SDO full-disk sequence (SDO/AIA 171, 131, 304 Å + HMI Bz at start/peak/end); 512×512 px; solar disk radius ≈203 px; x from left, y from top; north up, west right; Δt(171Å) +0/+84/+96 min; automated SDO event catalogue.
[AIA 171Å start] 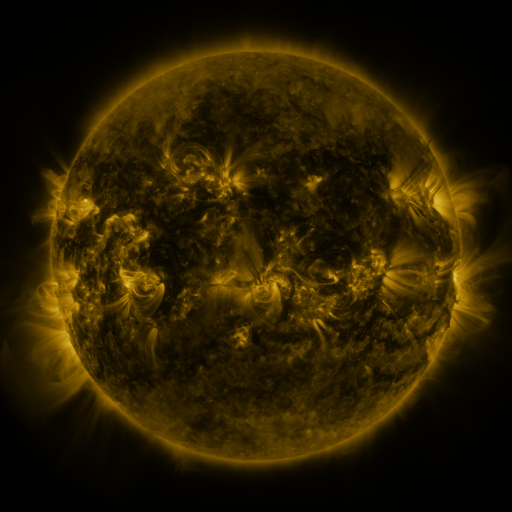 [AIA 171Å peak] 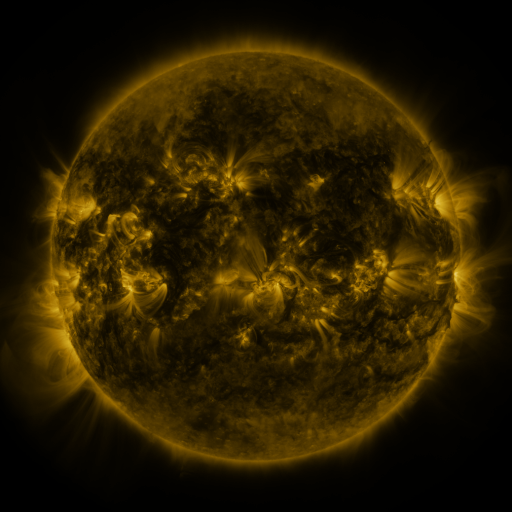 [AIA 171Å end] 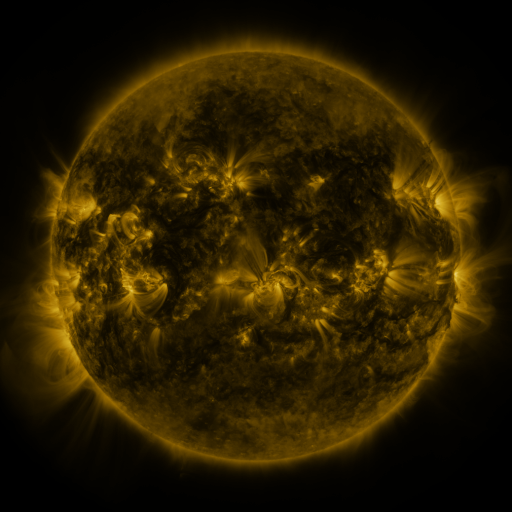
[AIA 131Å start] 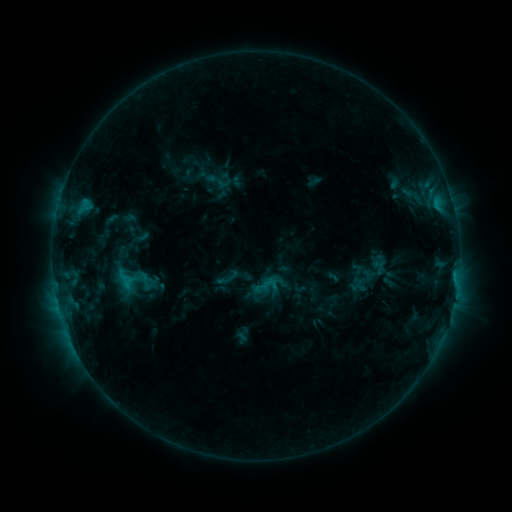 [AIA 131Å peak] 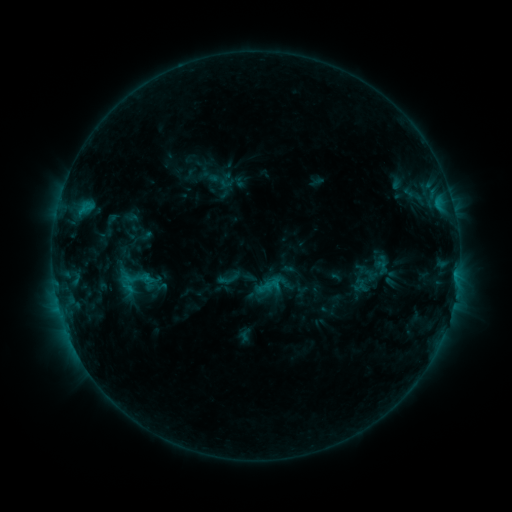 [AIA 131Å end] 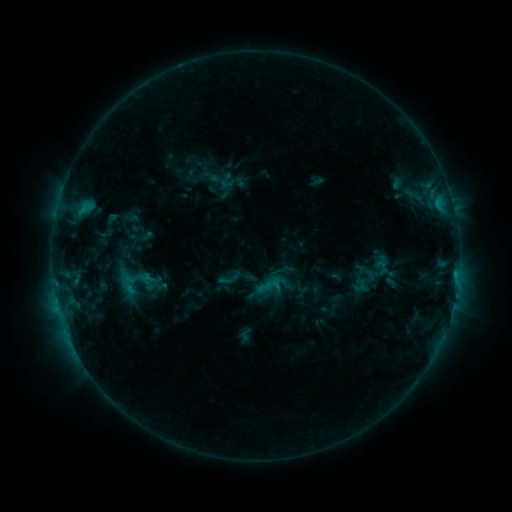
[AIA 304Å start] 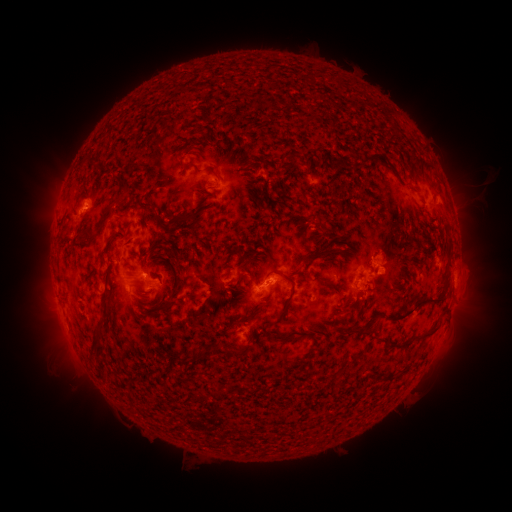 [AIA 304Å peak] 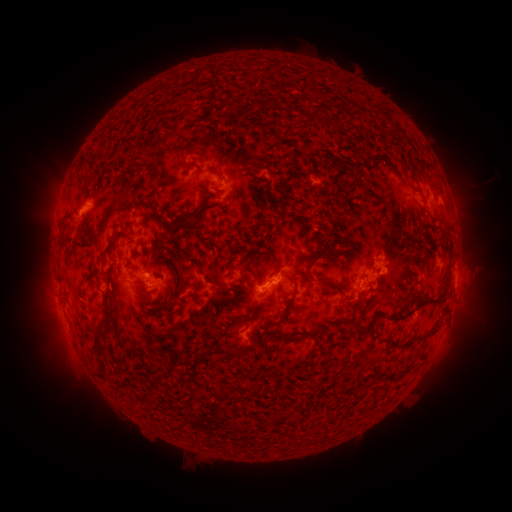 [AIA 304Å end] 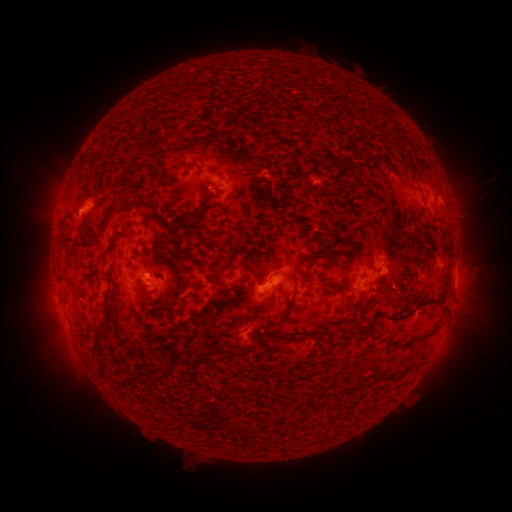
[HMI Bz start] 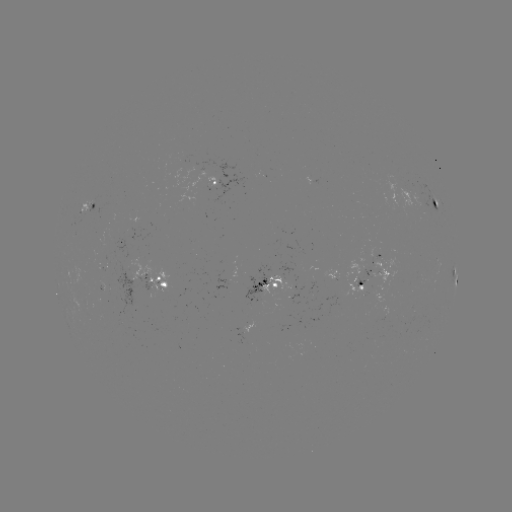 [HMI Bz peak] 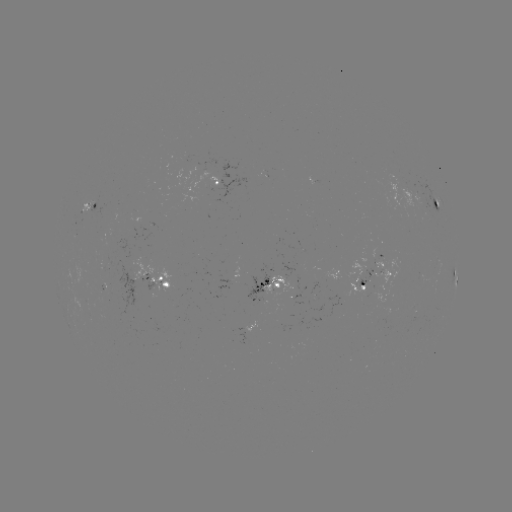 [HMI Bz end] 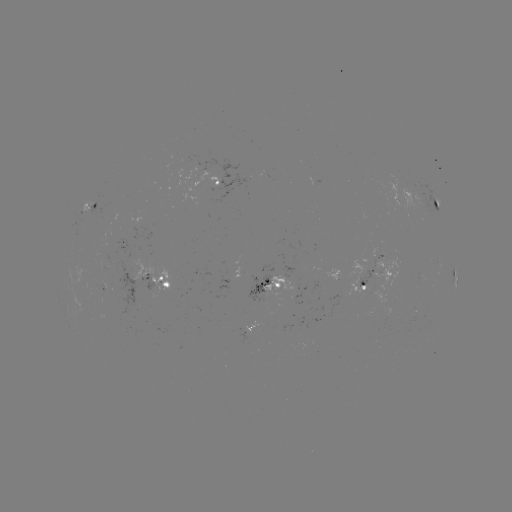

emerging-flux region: [139, 274, 155, 293]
